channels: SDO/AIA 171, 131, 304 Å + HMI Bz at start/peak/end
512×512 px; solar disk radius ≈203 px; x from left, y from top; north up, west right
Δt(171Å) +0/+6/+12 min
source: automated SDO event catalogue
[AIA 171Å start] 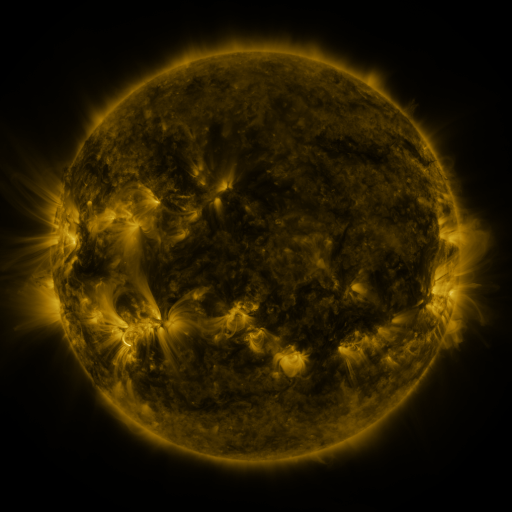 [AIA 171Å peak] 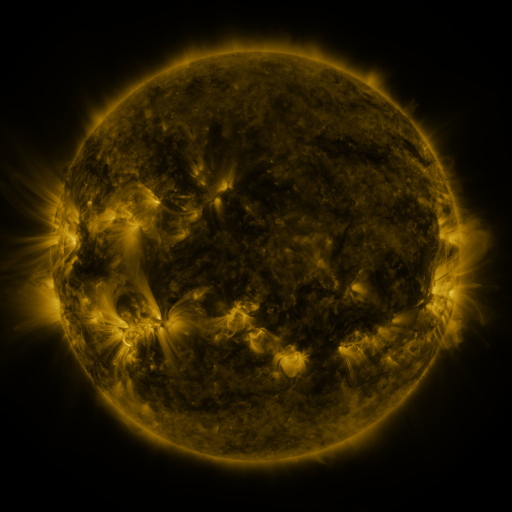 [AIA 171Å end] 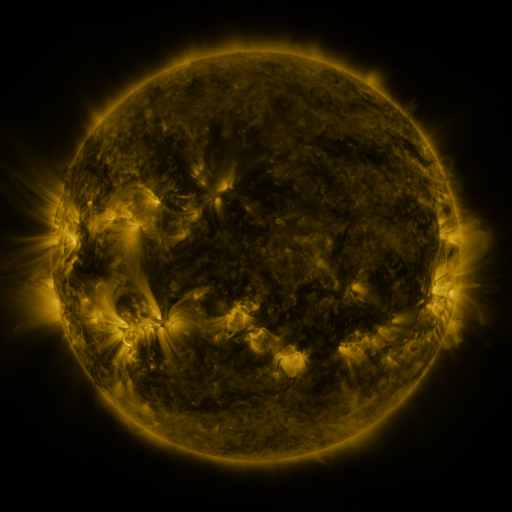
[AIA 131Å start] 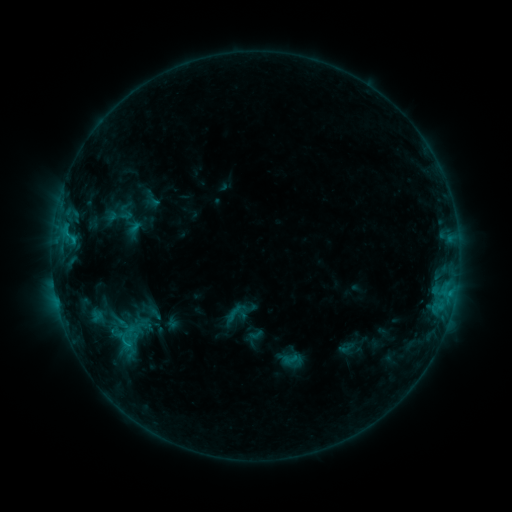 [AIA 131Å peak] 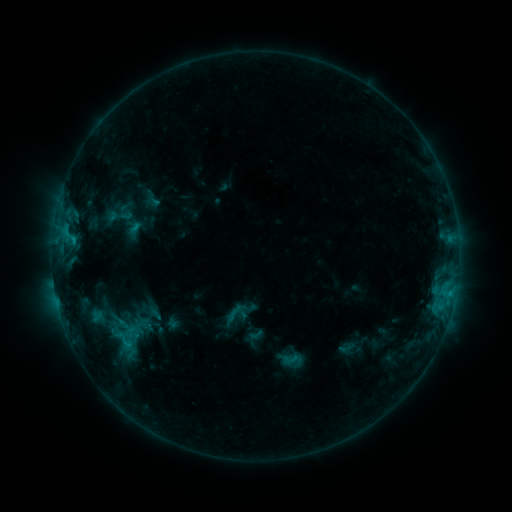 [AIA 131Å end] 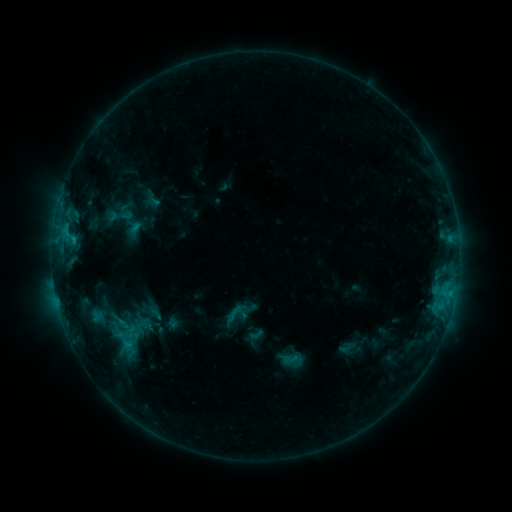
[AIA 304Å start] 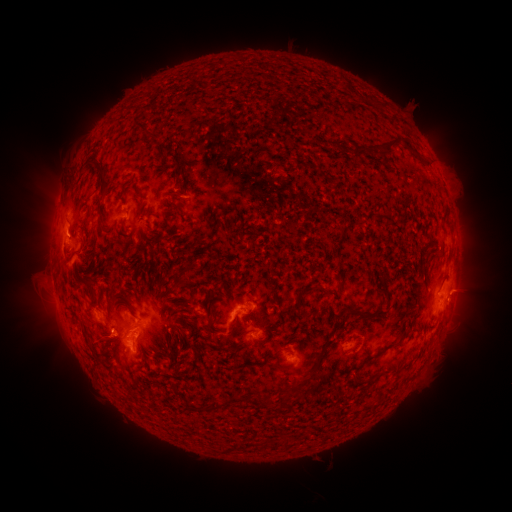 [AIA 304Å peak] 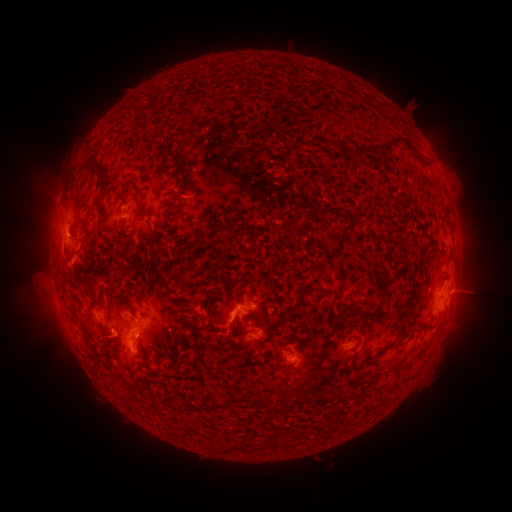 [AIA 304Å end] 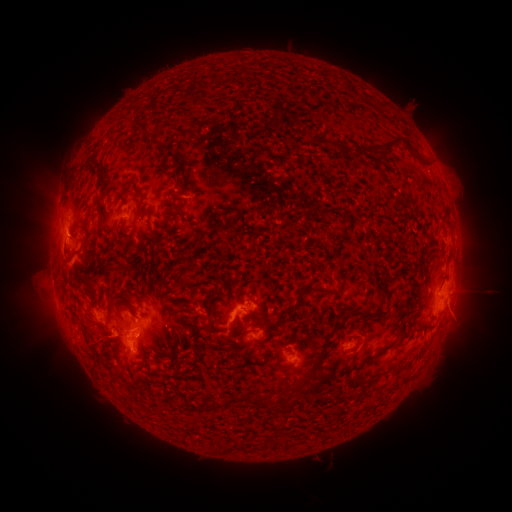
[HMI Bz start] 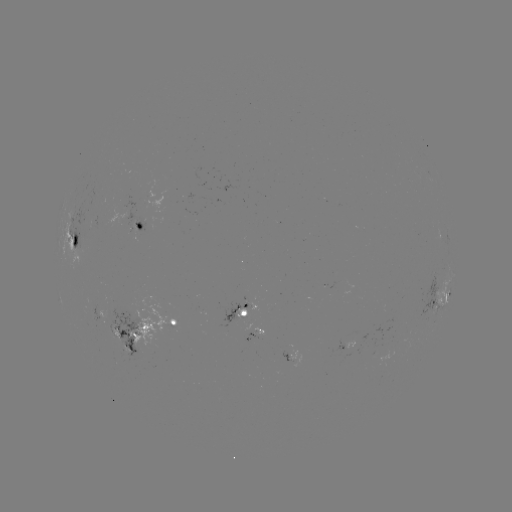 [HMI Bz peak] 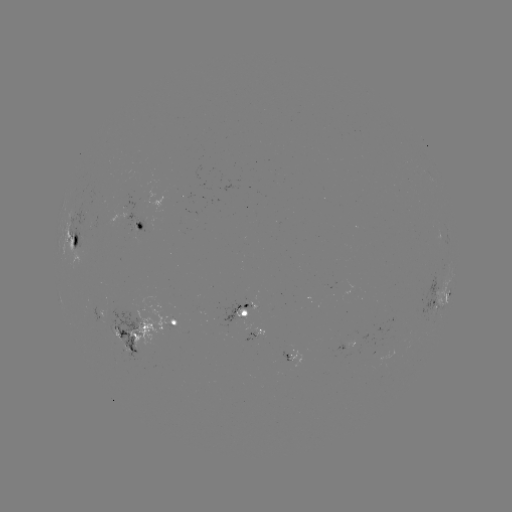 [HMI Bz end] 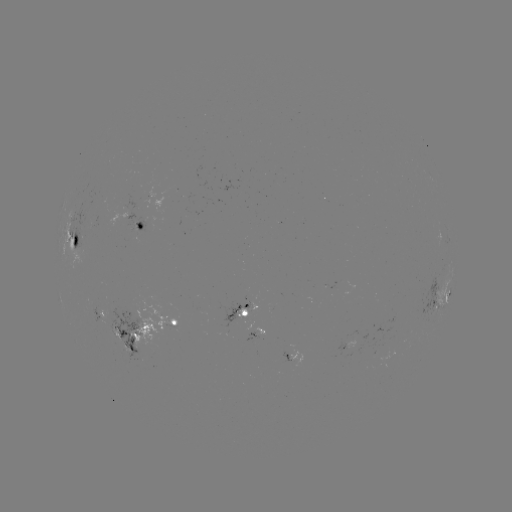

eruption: [443, 269, 498, 338]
